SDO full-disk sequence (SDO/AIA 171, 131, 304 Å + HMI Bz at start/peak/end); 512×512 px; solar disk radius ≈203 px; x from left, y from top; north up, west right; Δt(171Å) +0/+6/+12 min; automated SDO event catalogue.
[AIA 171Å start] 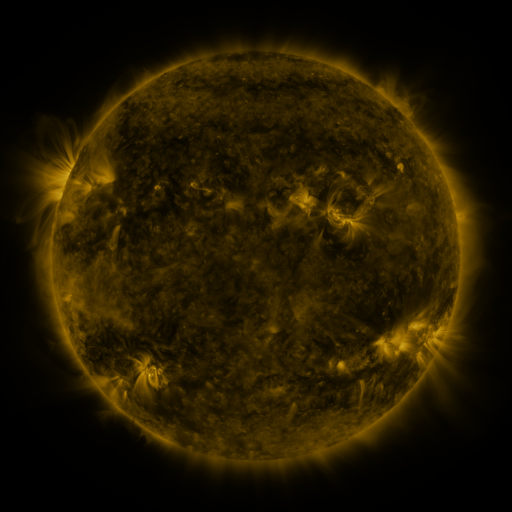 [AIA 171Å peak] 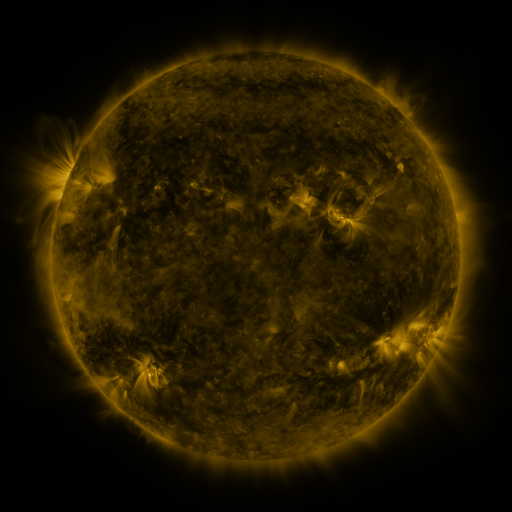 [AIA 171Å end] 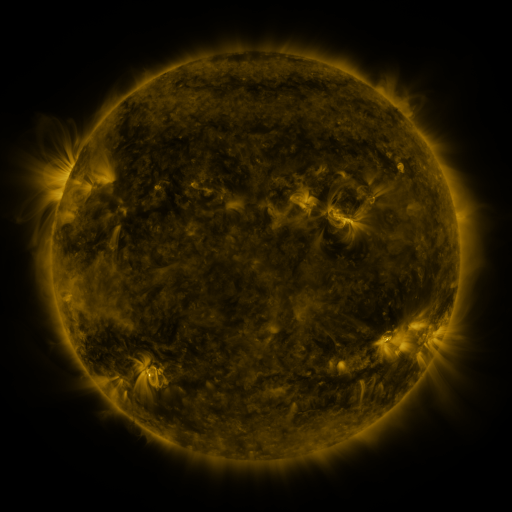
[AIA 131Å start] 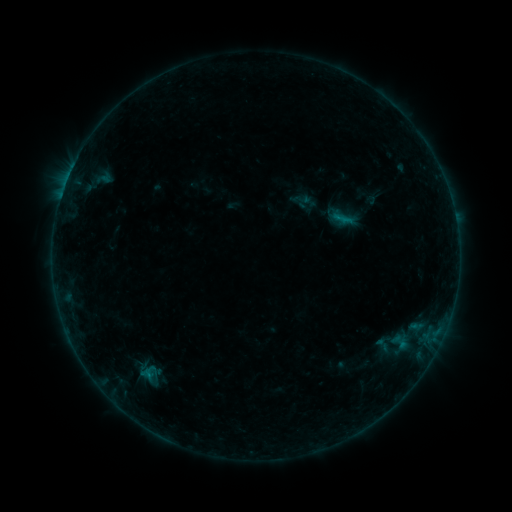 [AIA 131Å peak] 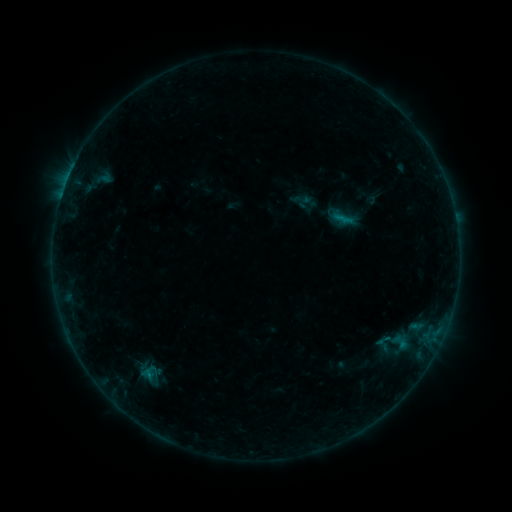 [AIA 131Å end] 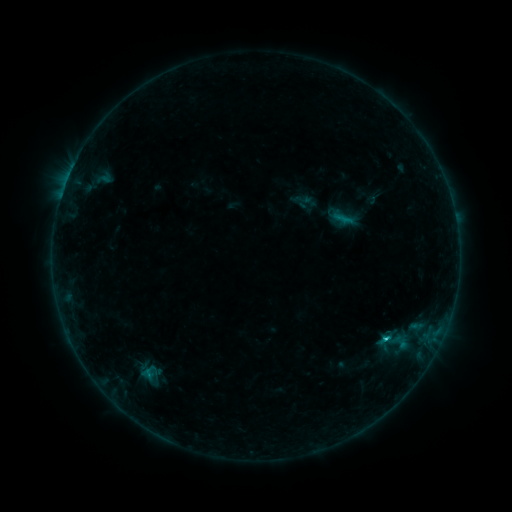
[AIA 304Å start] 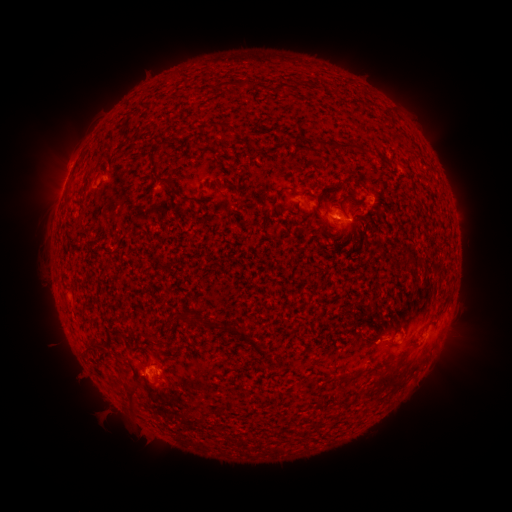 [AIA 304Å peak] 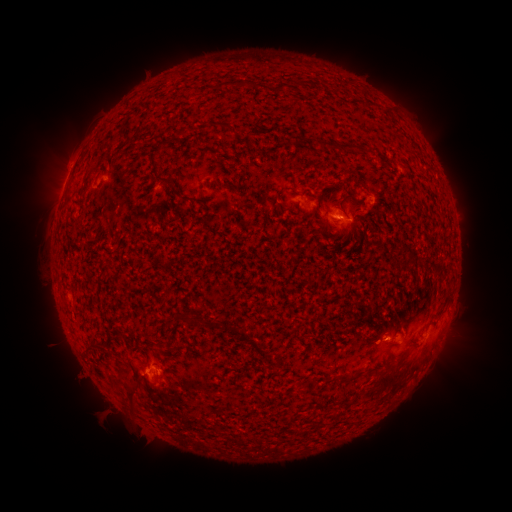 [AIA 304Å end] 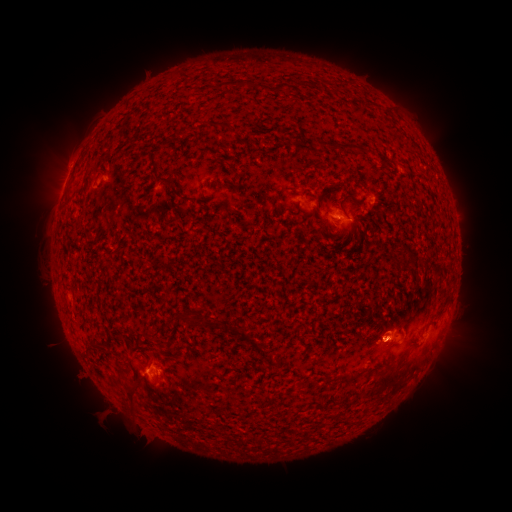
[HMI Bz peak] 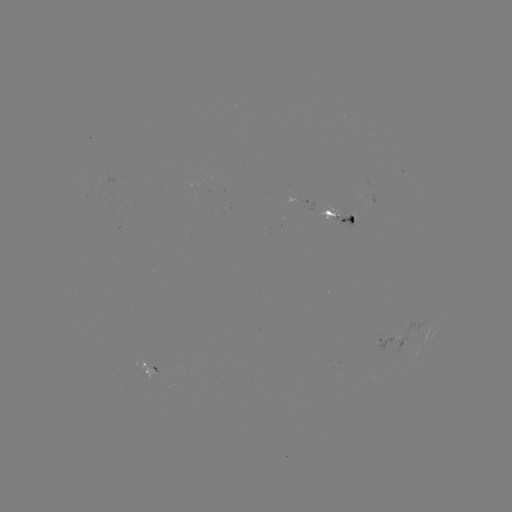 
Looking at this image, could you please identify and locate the eruption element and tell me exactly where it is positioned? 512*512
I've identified eruption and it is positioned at (388, 279).